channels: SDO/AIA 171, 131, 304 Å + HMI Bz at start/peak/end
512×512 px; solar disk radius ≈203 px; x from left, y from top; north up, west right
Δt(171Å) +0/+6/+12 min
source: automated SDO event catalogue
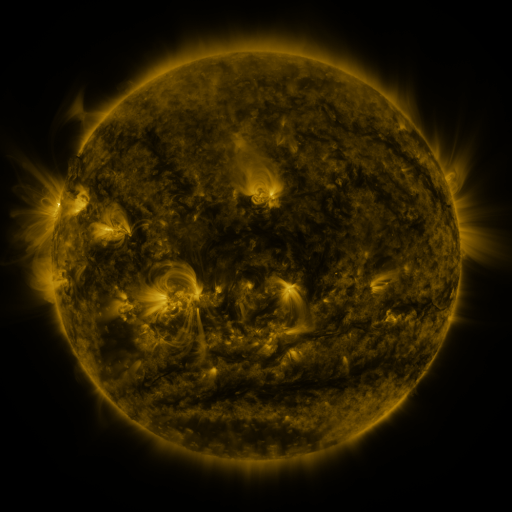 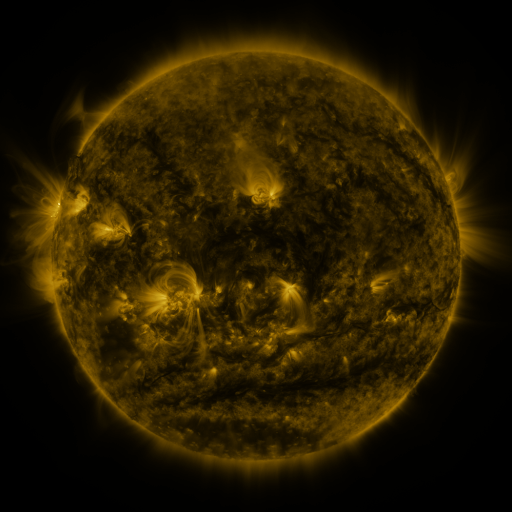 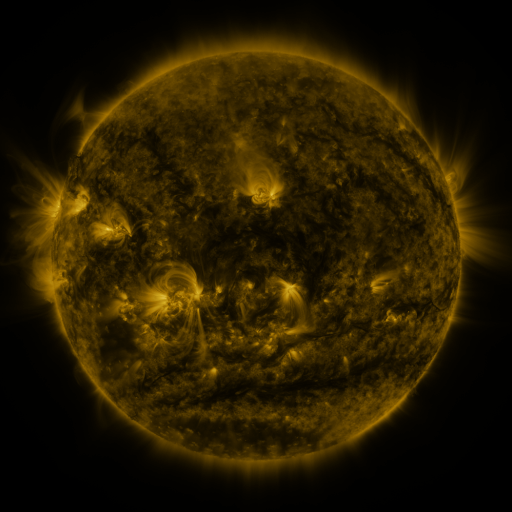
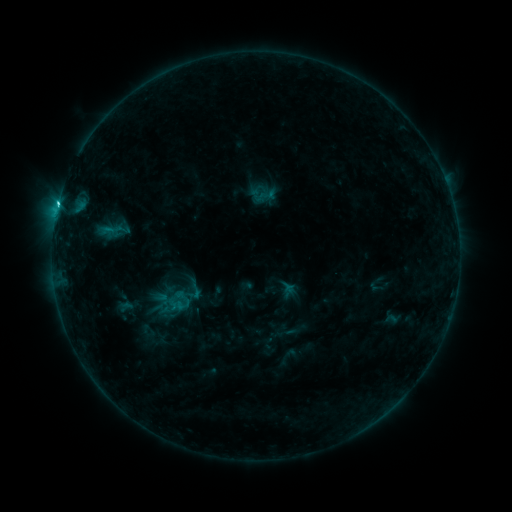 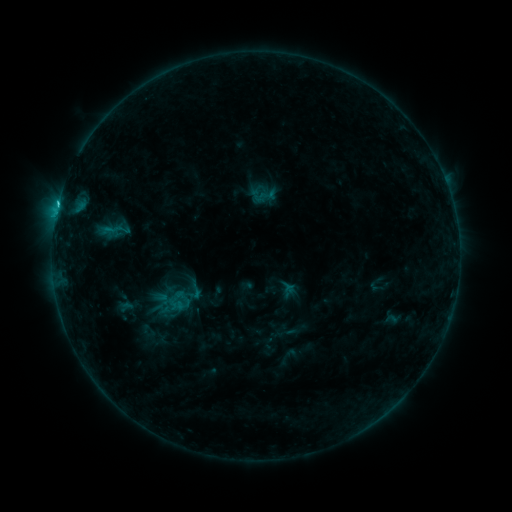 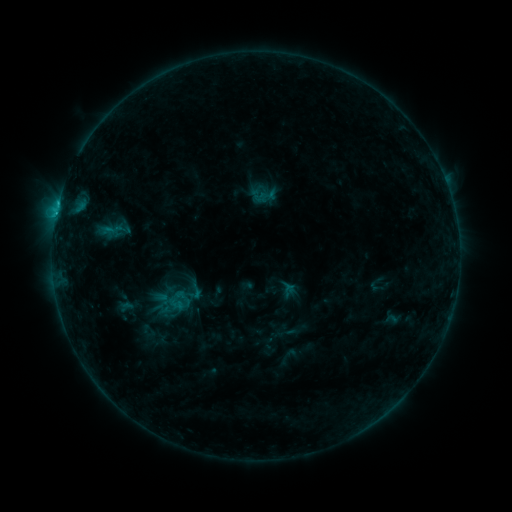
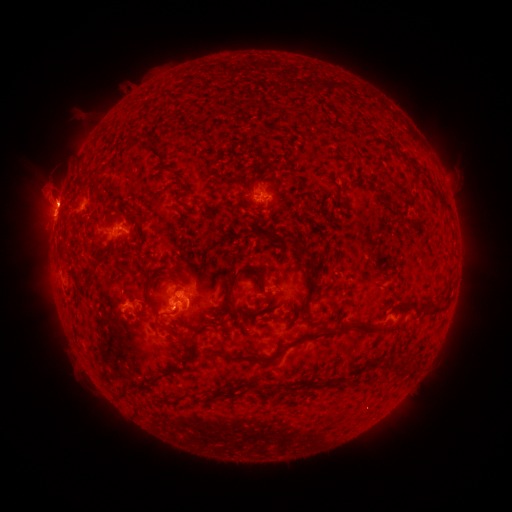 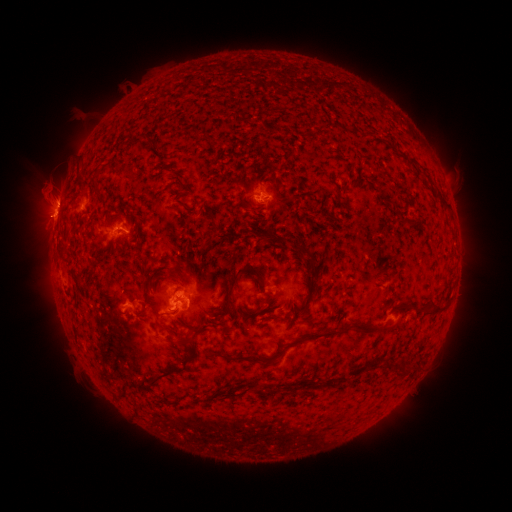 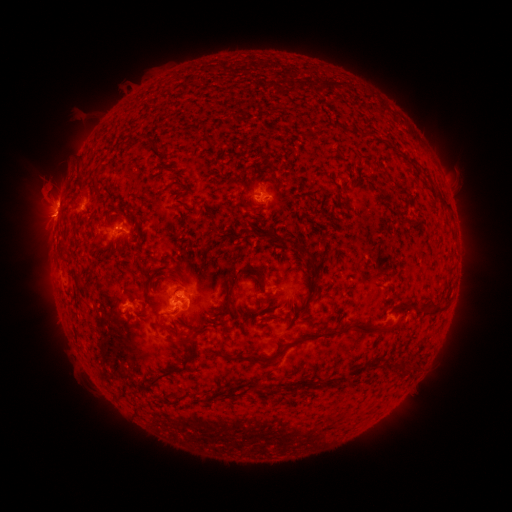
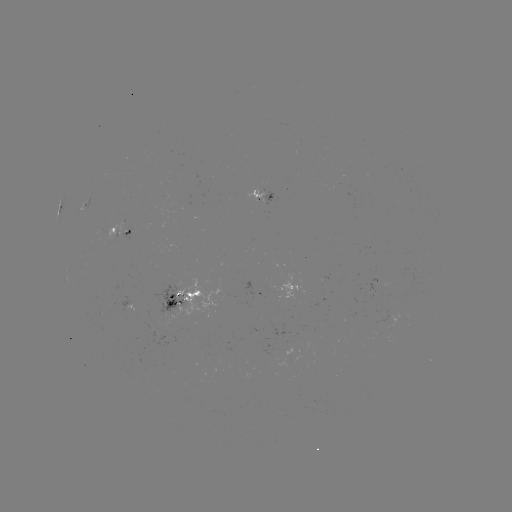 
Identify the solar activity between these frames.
eruption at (46, 219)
